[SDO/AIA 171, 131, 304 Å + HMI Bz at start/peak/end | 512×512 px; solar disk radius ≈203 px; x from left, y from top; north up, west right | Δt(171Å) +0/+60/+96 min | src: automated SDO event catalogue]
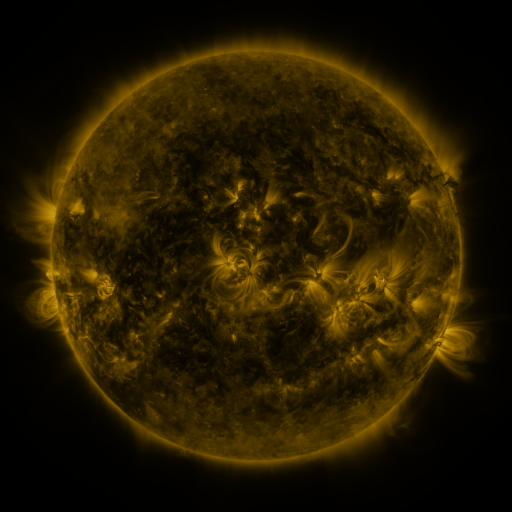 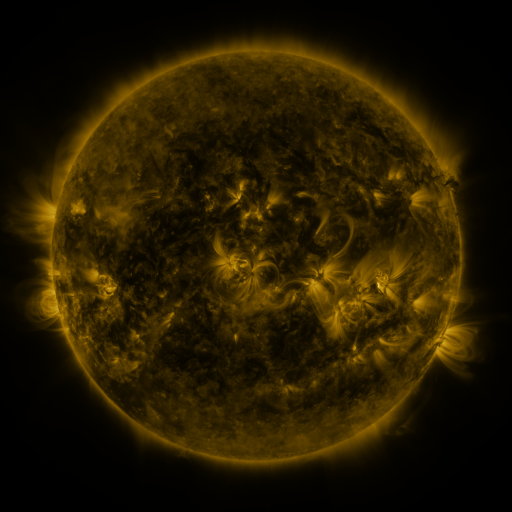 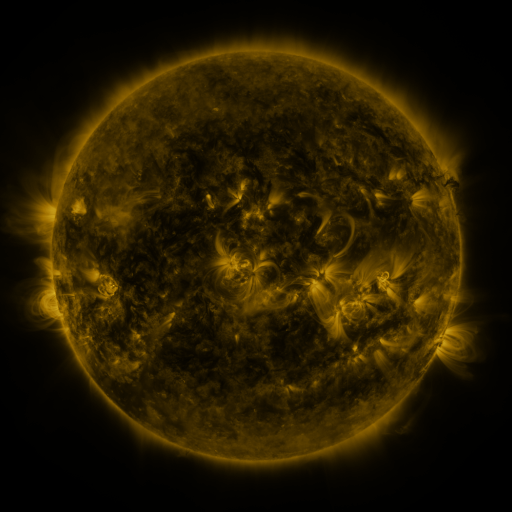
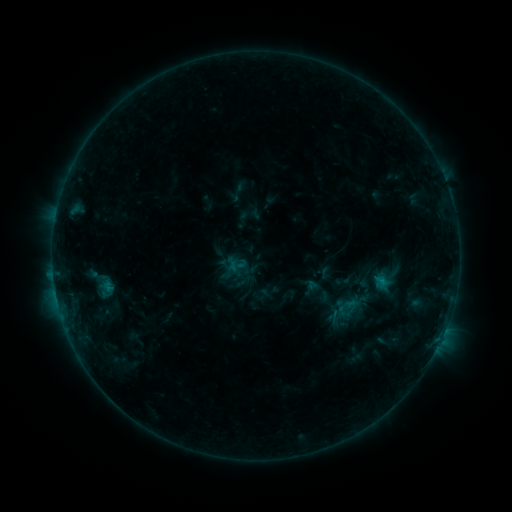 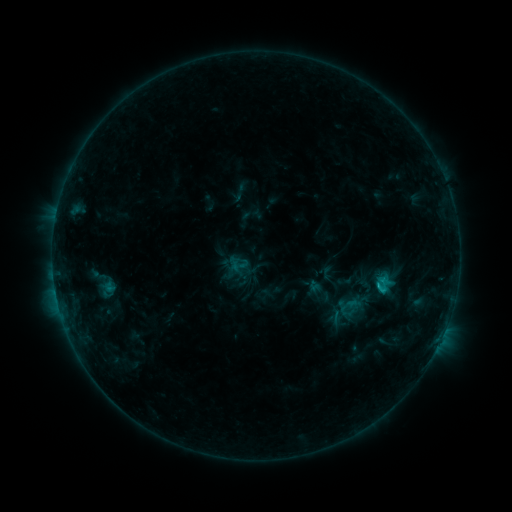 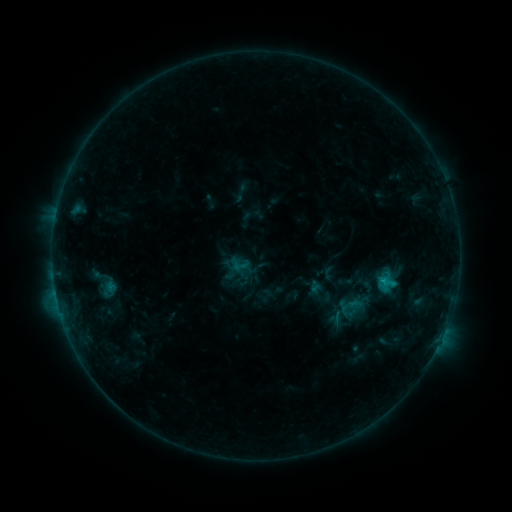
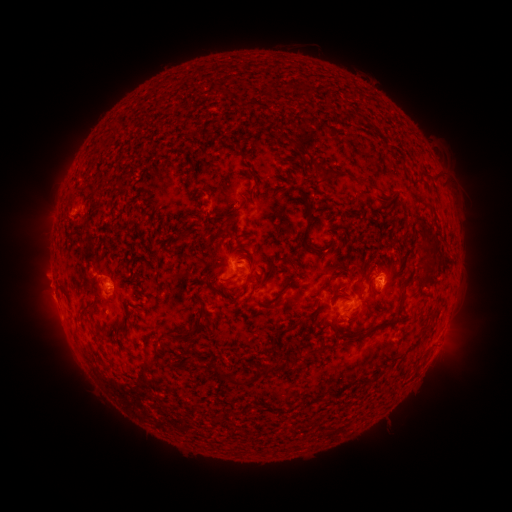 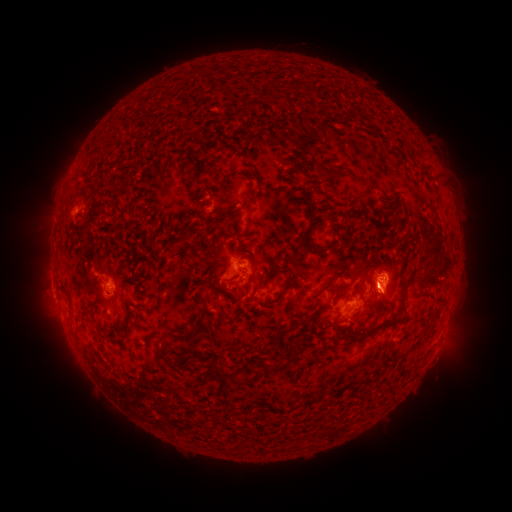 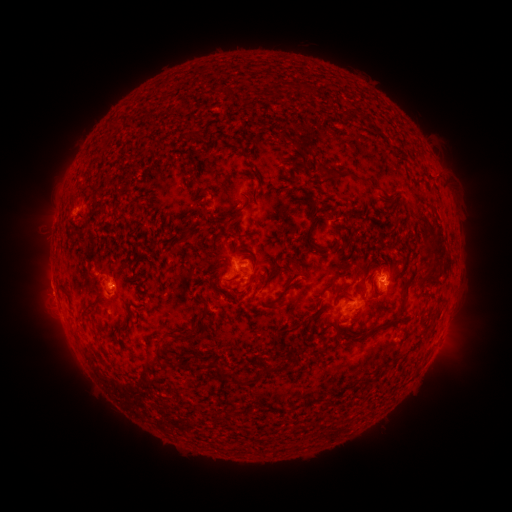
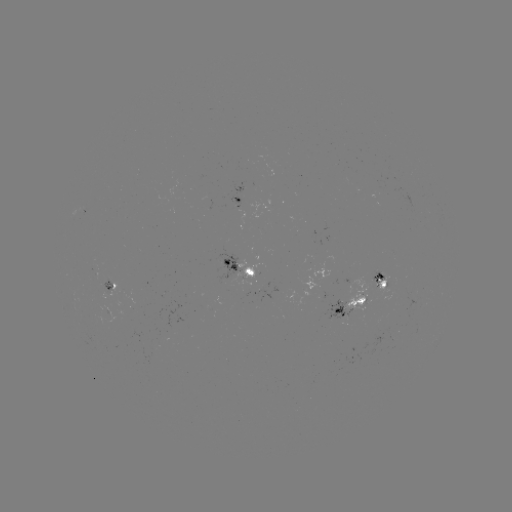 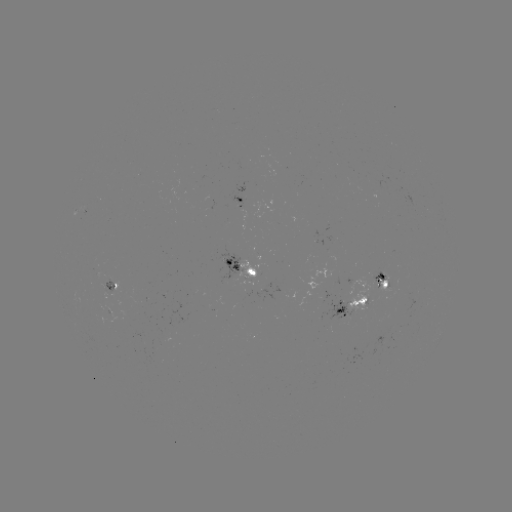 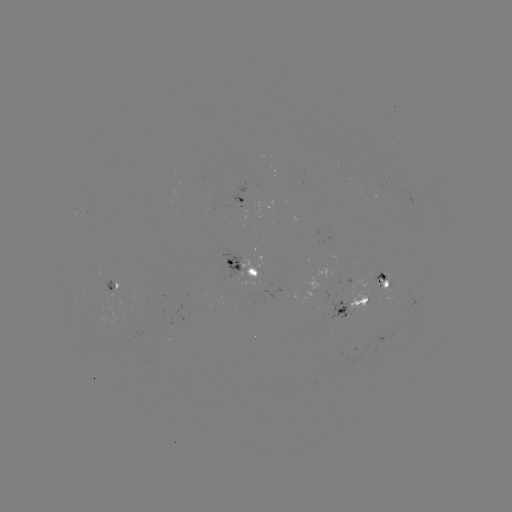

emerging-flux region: [257, 284, 295, 298]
